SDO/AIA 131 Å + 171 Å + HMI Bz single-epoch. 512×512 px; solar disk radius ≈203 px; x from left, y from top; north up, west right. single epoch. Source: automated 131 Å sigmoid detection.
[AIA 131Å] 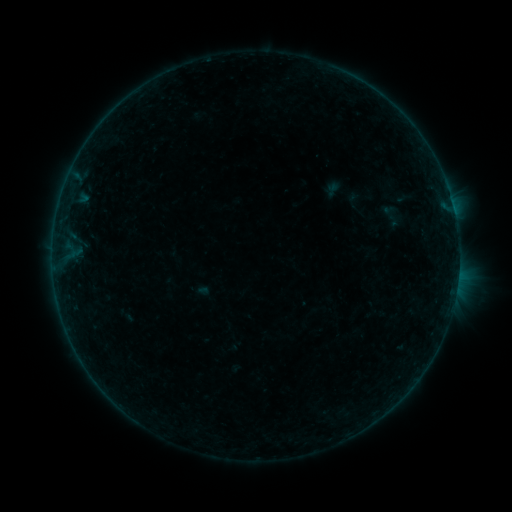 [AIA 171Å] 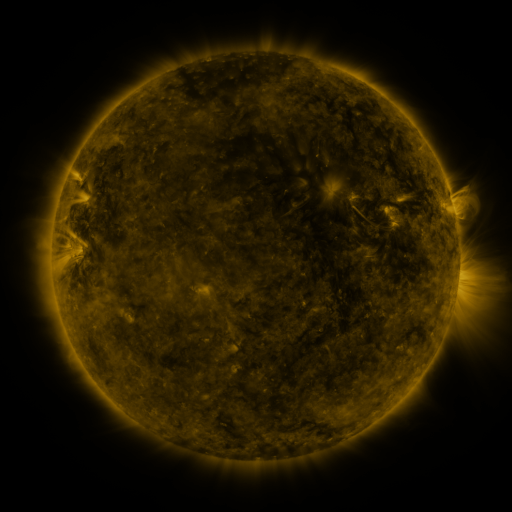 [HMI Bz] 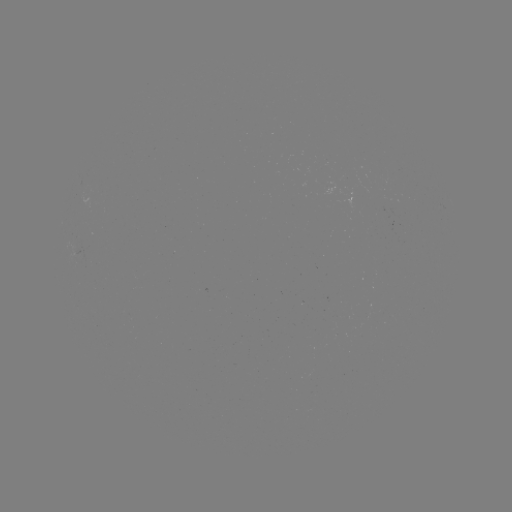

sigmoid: (372, 202, 410, 230)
